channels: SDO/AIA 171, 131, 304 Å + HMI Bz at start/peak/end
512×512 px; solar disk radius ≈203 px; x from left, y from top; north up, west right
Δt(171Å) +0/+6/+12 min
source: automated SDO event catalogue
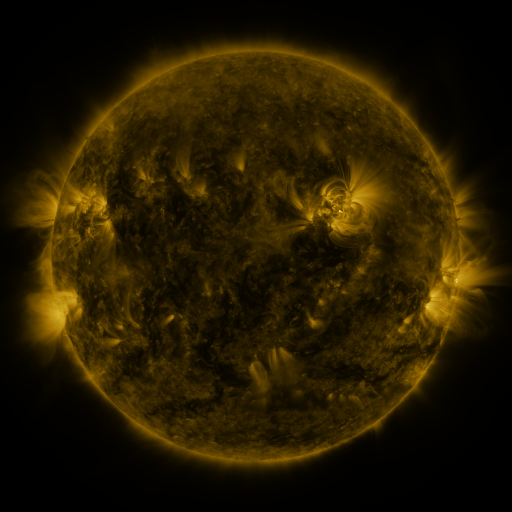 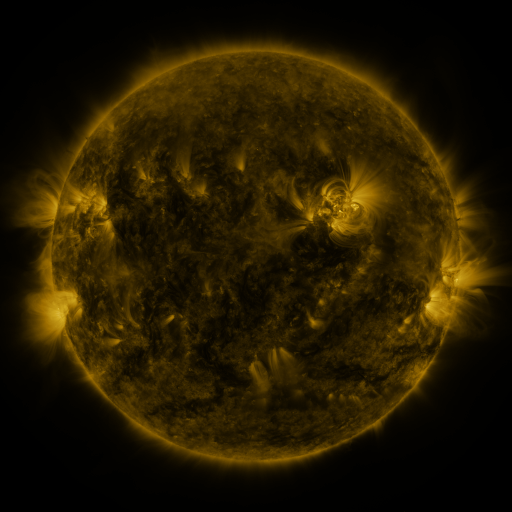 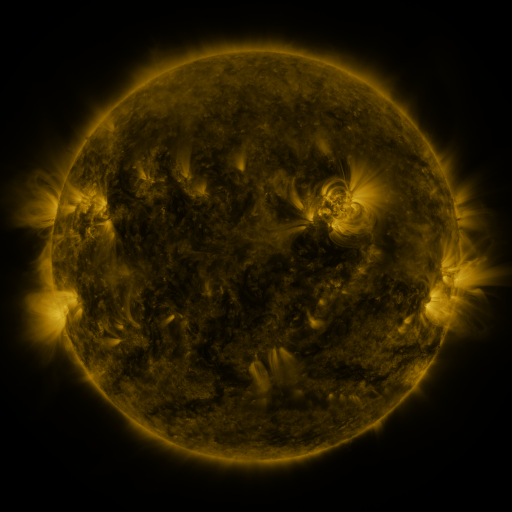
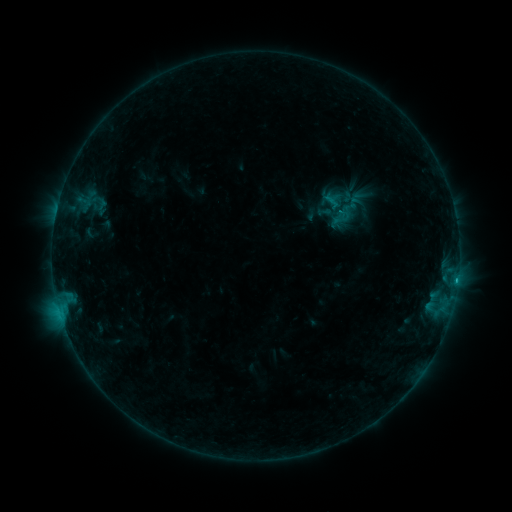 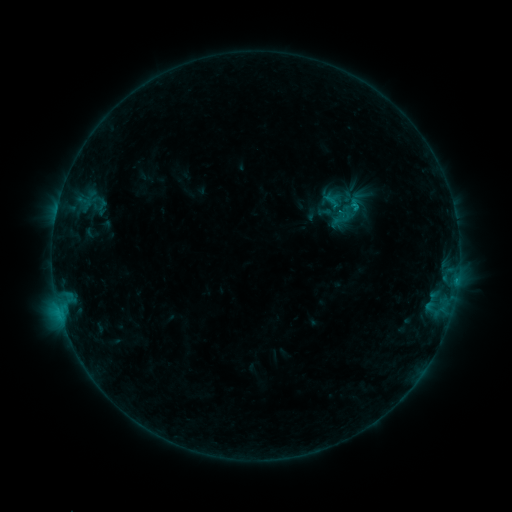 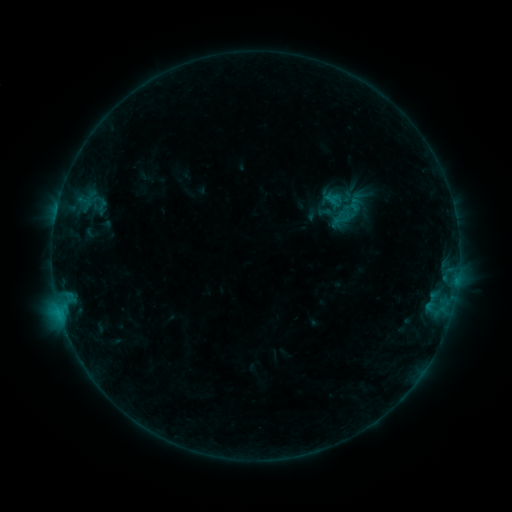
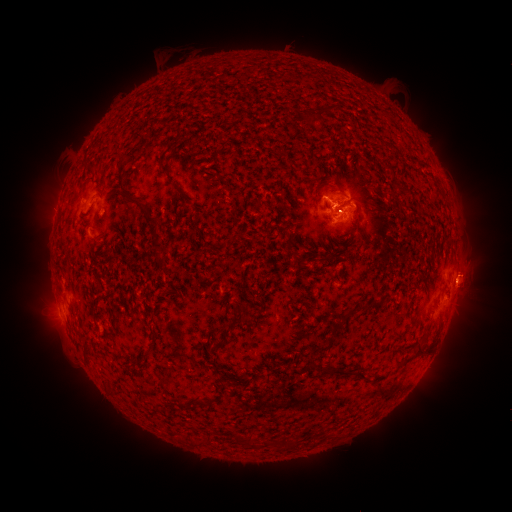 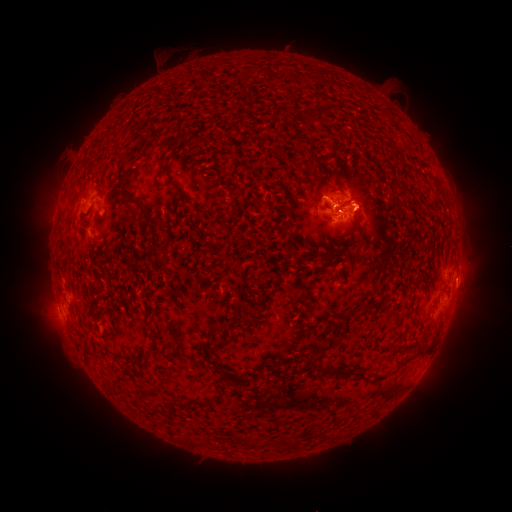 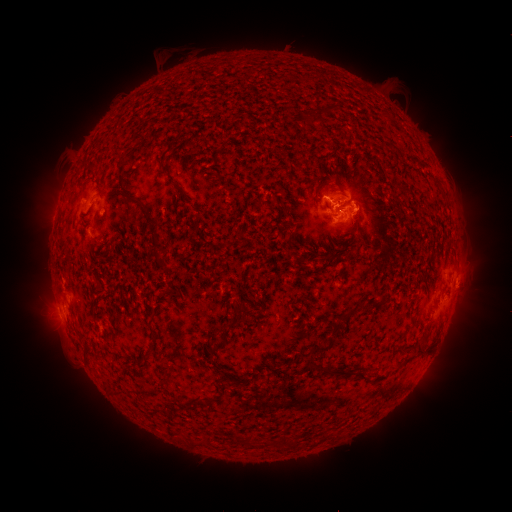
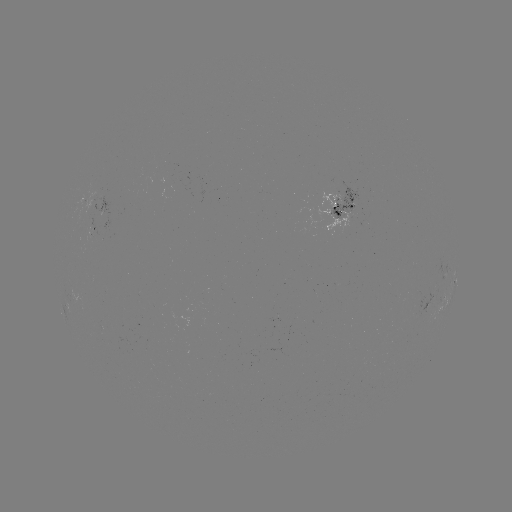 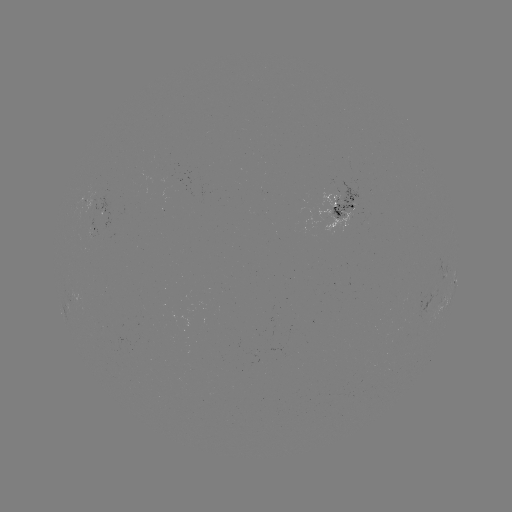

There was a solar eruption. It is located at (371, 206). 